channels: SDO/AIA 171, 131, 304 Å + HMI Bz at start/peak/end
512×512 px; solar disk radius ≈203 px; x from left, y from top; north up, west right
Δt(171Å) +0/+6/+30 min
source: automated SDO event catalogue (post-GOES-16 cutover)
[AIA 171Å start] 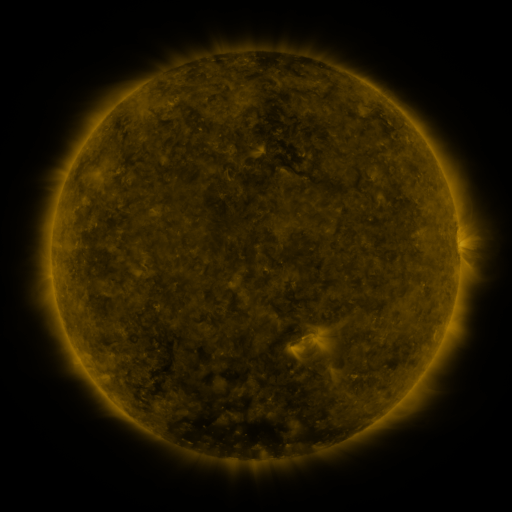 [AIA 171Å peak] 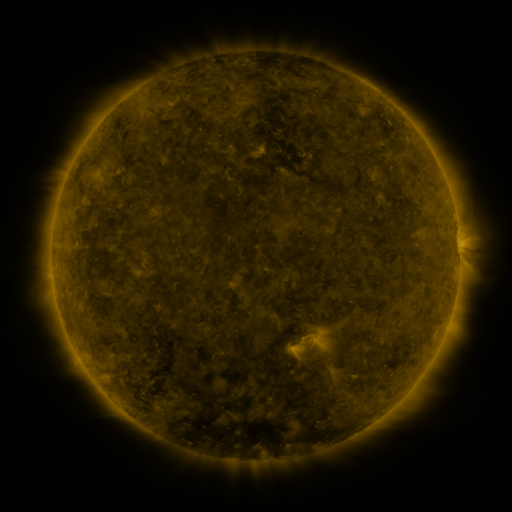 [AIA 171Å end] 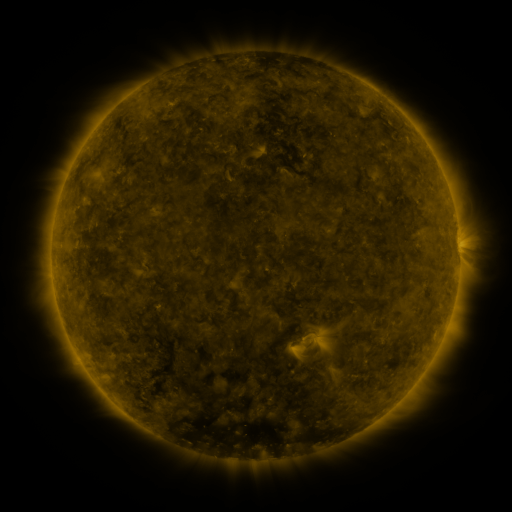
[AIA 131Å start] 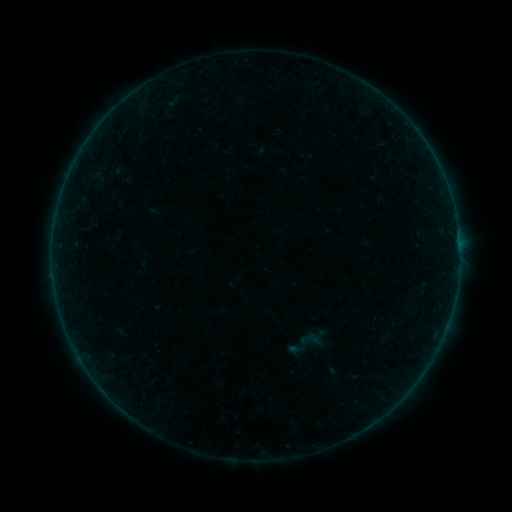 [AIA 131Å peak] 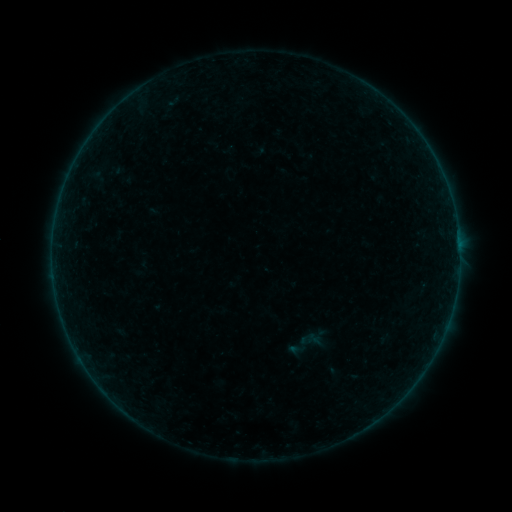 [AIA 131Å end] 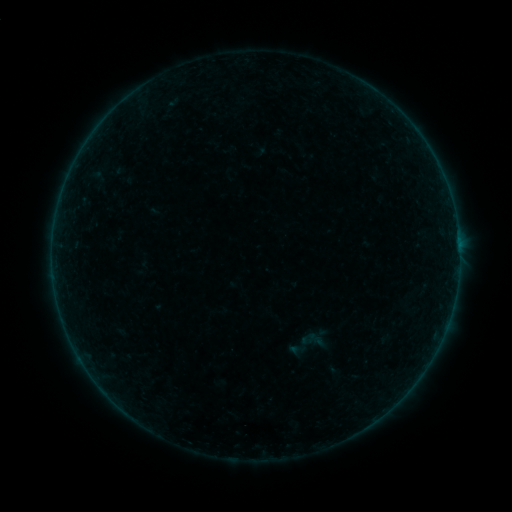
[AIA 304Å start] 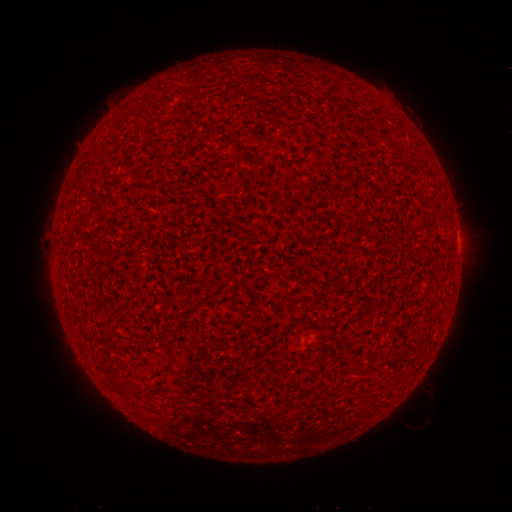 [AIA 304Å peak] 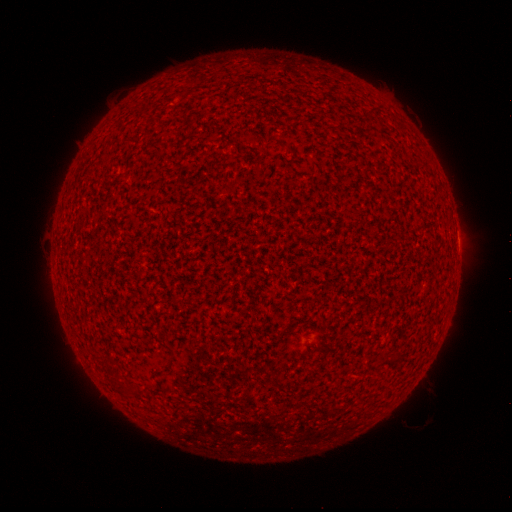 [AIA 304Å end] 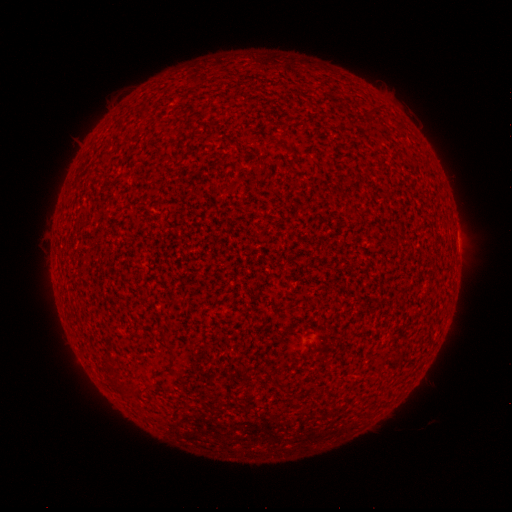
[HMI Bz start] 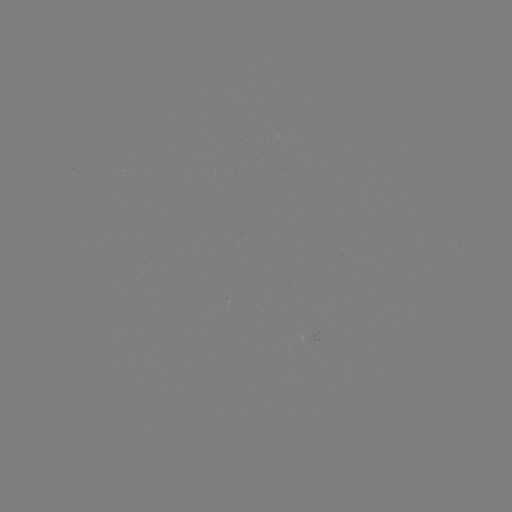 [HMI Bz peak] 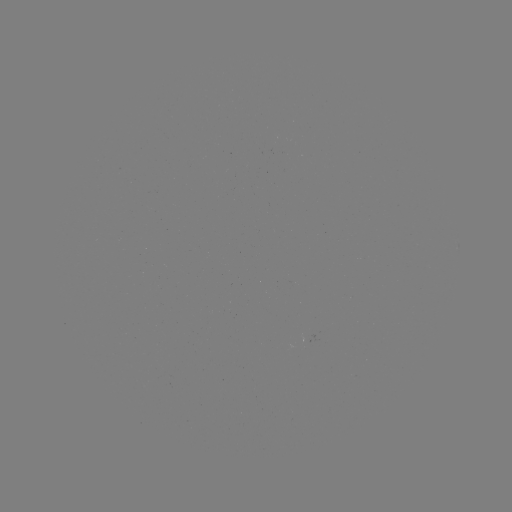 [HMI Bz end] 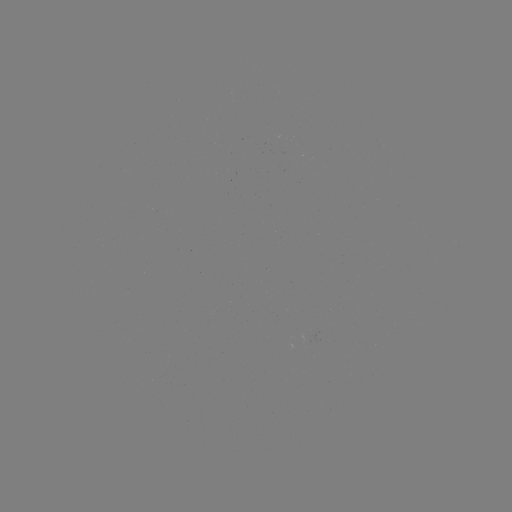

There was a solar flare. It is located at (458, 241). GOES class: A9.6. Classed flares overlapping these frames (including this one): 2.